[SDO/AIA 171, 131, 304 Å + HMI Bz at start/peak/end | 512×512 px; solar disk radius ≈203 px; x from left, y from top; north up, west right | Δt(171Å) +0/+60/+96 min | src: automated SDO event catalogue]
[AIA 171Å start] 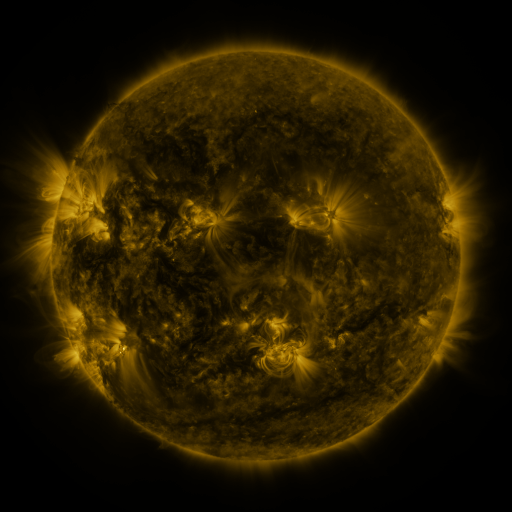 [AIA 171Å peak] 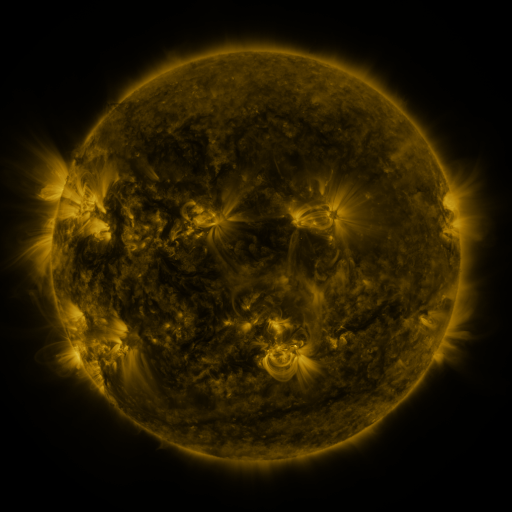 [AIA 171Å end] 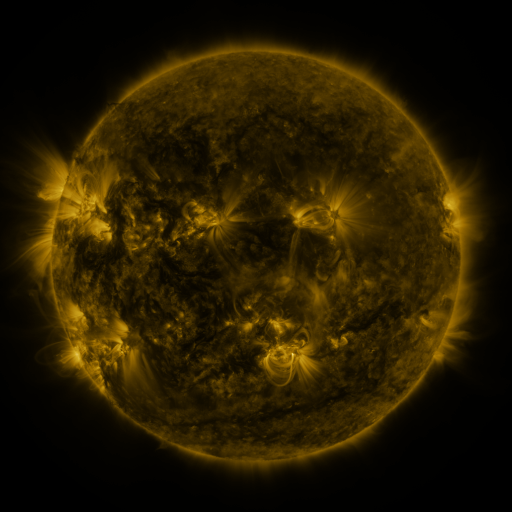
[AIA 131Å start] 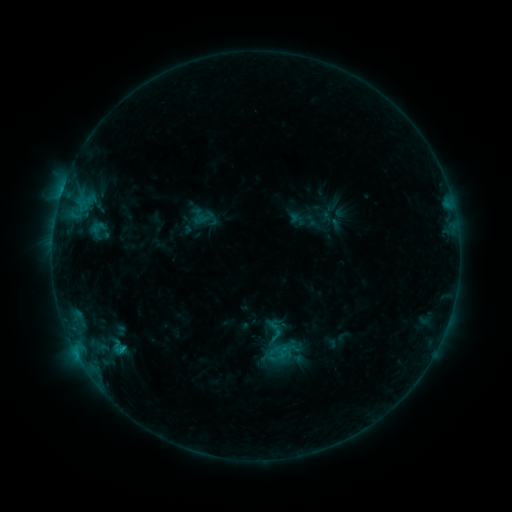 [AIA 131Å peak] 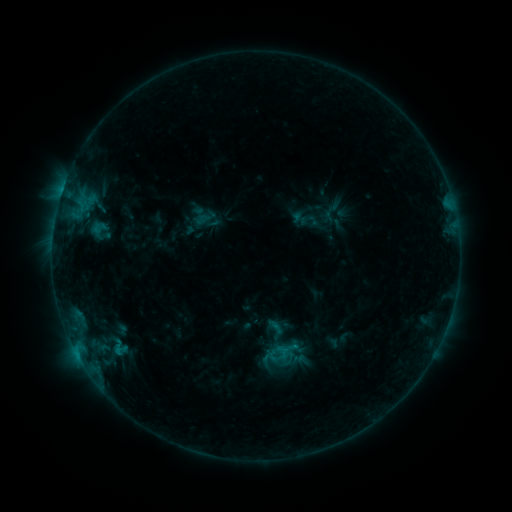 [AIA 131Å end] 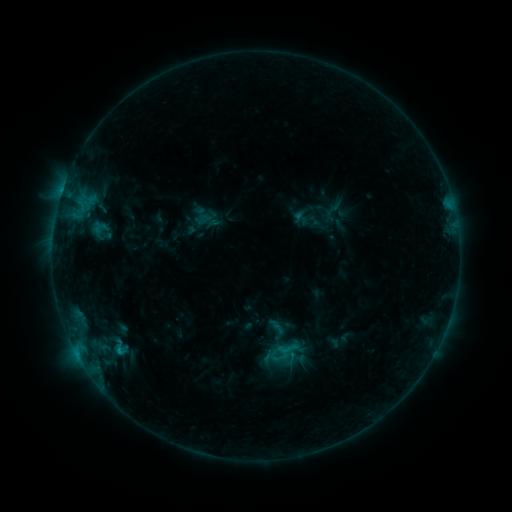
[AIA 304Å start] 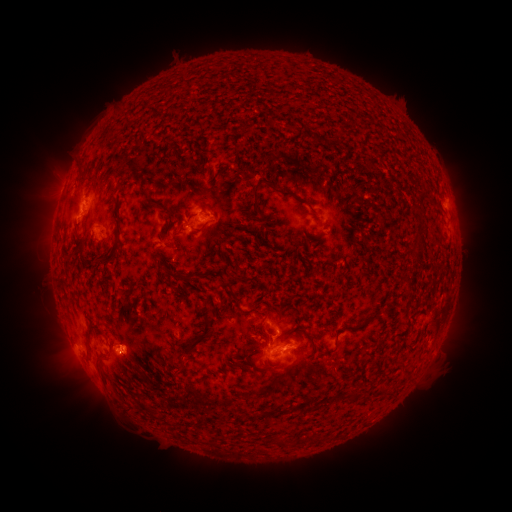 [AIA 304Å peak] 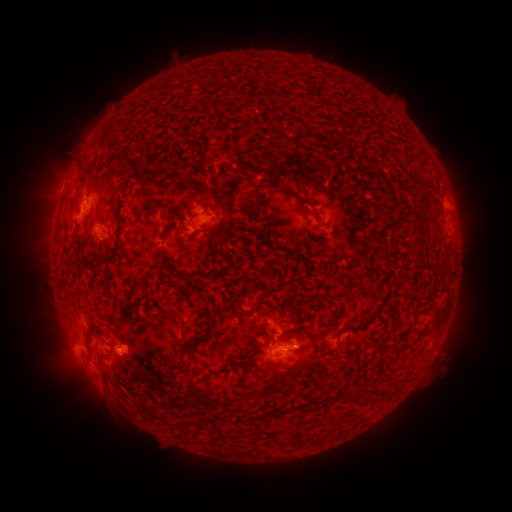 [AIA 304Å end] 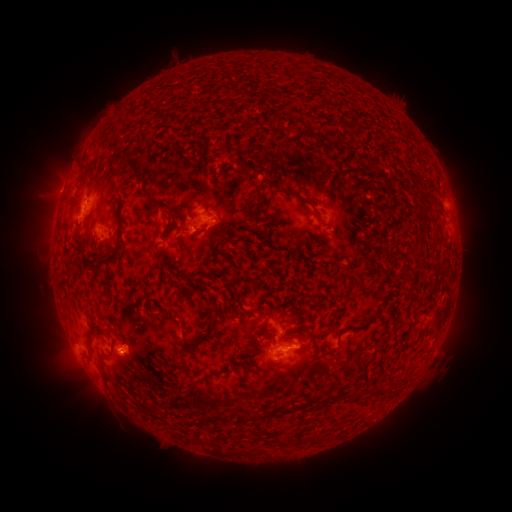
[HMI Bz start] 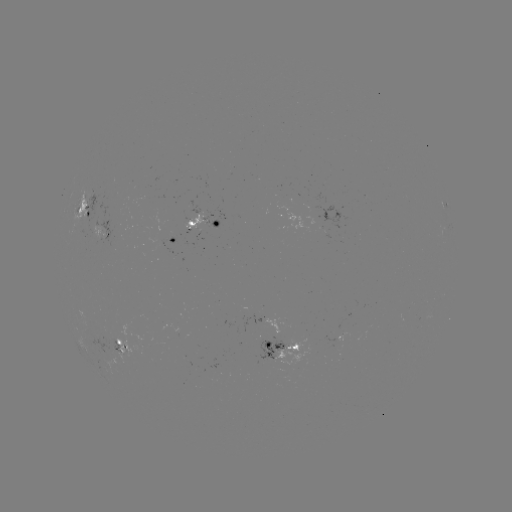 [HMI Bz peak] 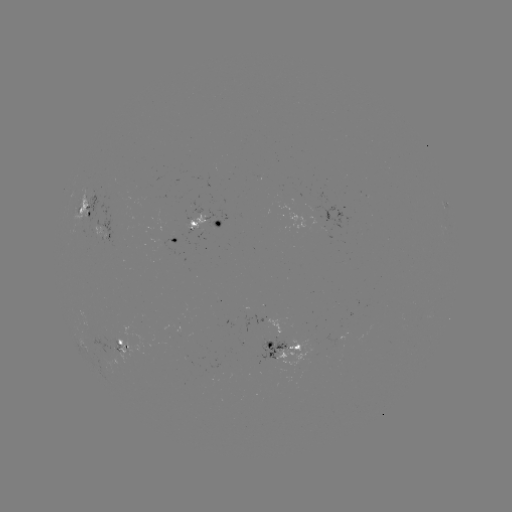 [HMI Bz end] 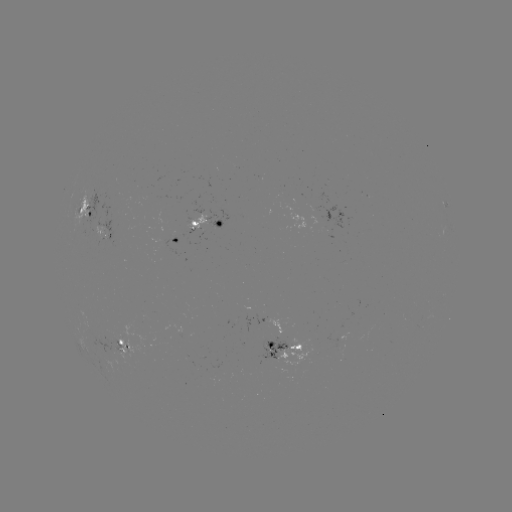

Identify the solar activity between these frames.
emerging-flux region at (114, 218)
